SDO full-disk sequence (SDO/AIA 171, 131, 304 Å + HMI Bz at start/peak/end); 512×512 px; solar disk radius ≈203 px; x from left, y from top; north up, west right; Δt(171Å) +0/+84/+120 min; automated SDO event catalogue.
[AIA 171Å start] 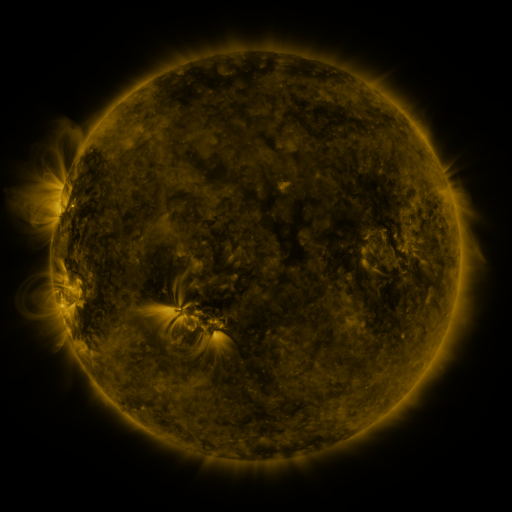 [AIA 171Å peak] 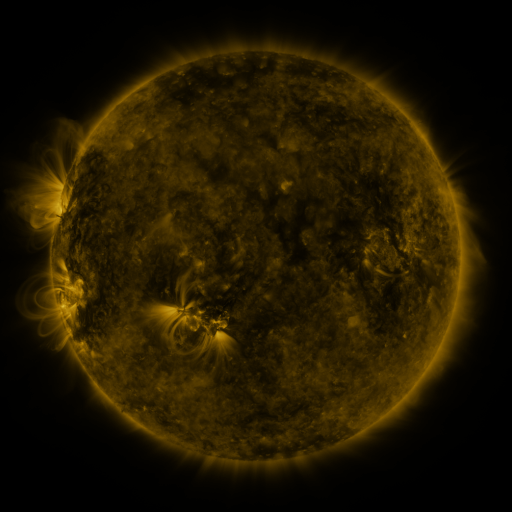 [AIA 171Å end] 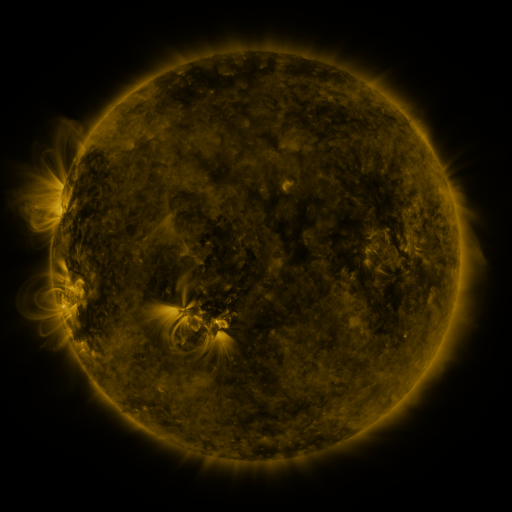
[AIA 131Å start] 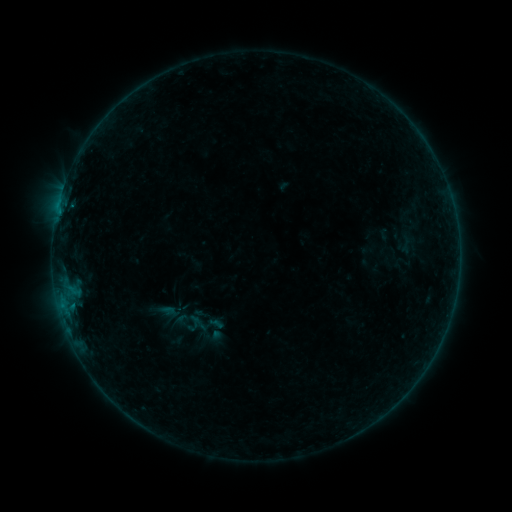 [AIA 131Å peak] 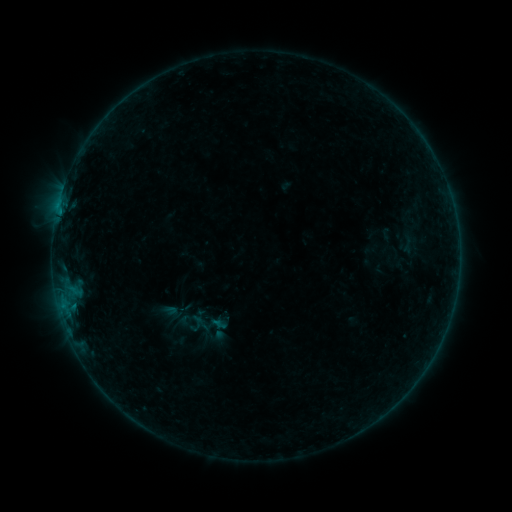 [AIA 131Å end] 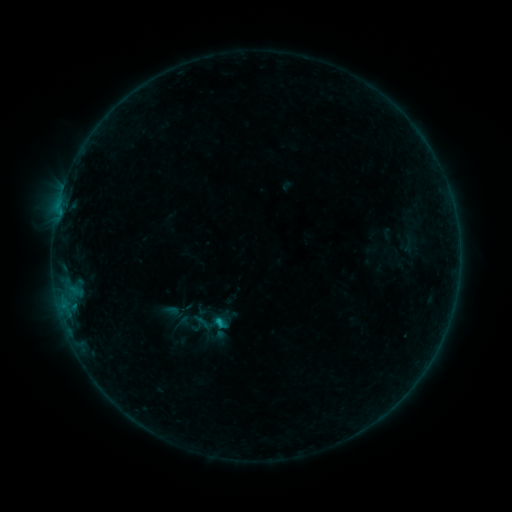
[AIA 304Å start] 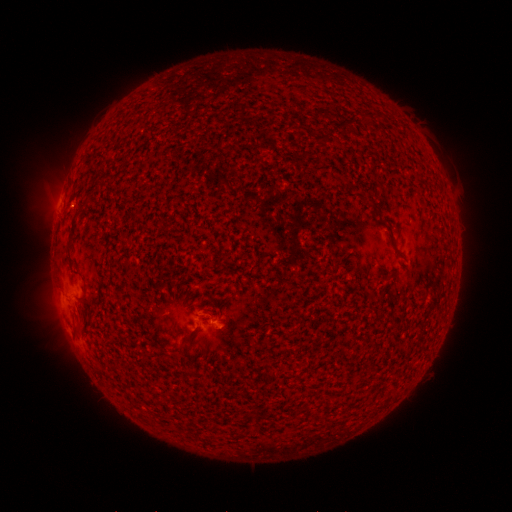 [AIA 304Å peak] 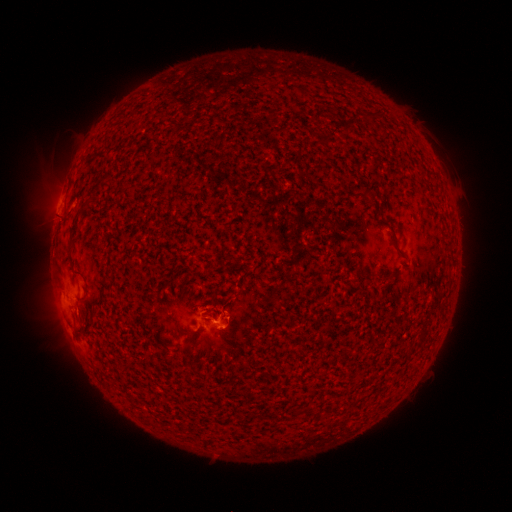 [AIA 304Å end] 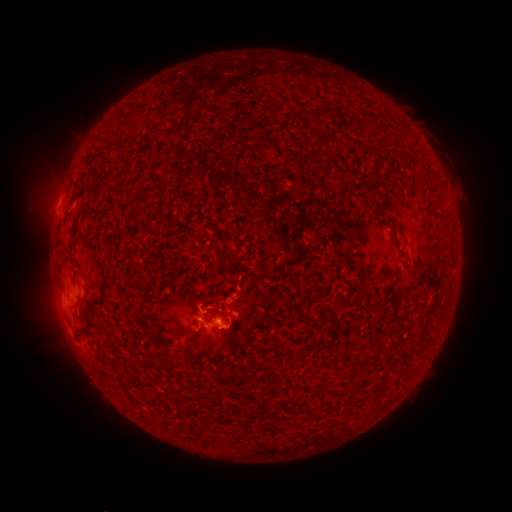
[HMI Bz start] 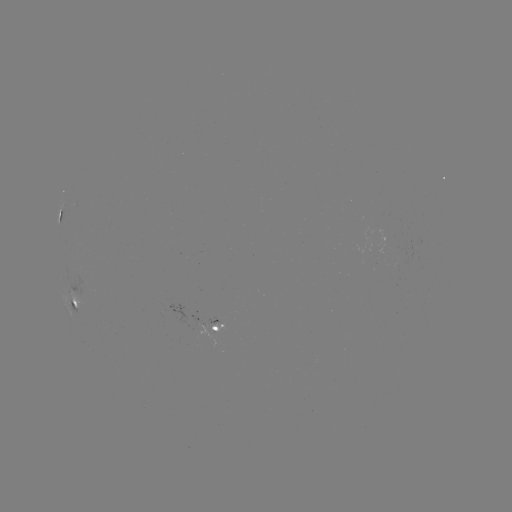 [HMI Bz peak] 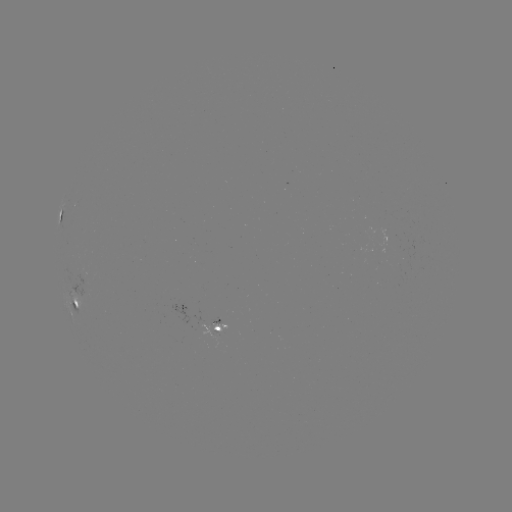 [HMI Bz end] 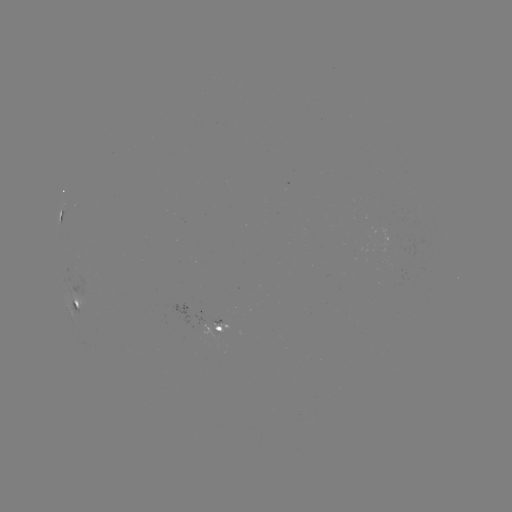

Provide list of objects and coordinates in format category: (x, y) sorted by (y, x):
emerging-flux region: (220, 320)
